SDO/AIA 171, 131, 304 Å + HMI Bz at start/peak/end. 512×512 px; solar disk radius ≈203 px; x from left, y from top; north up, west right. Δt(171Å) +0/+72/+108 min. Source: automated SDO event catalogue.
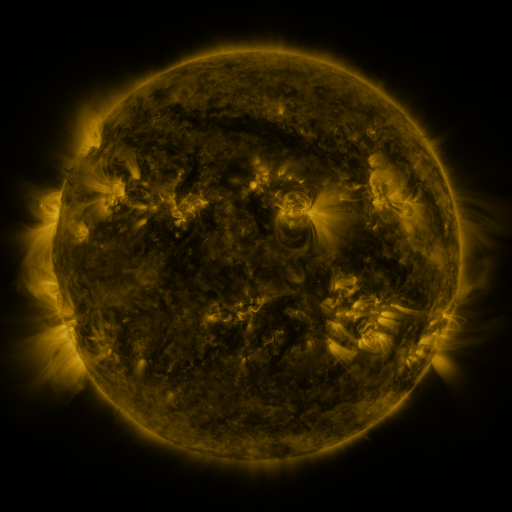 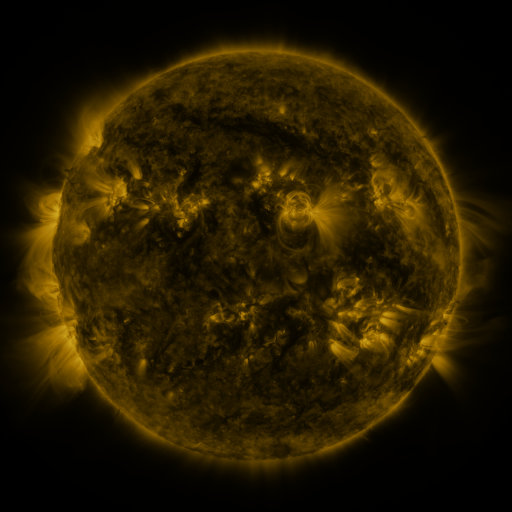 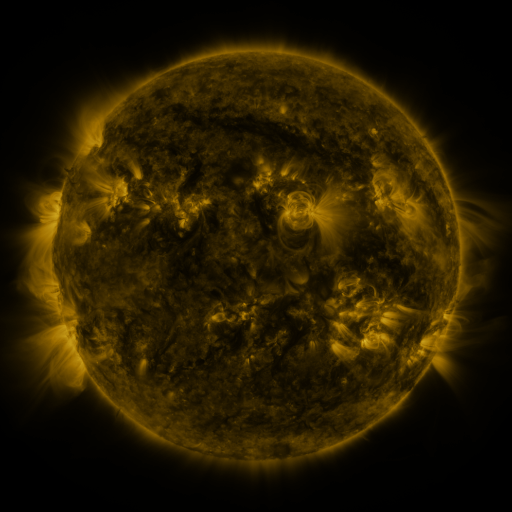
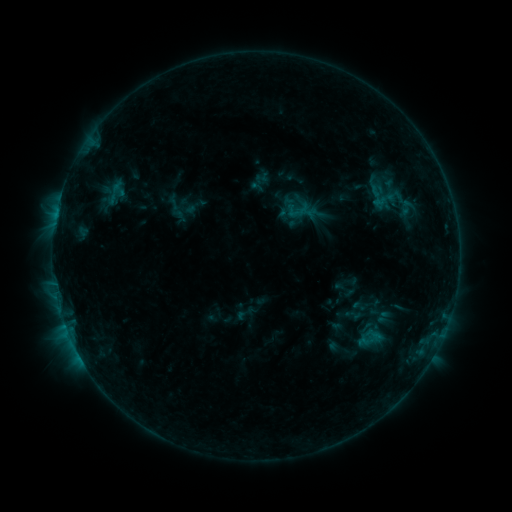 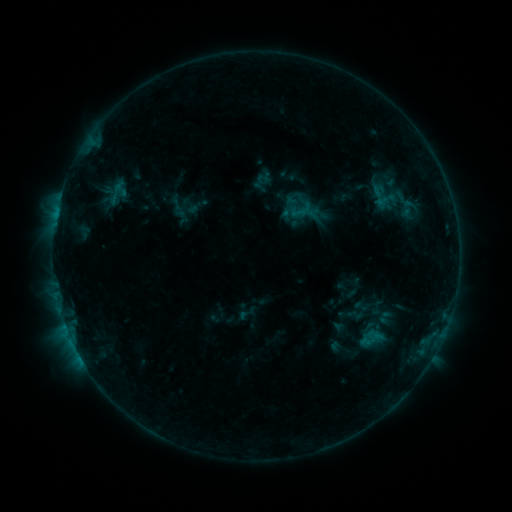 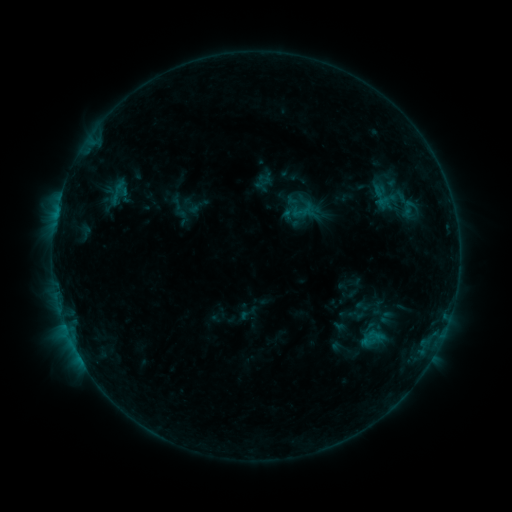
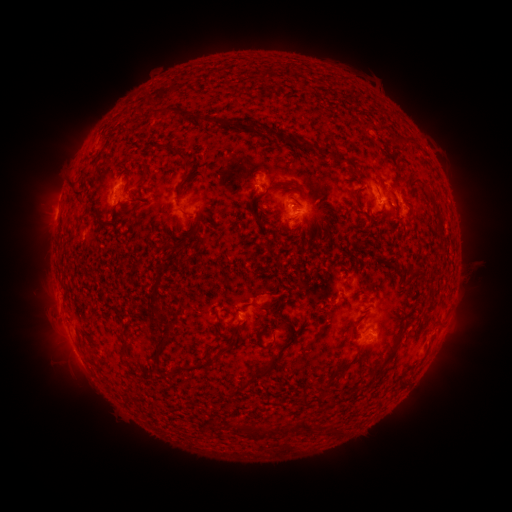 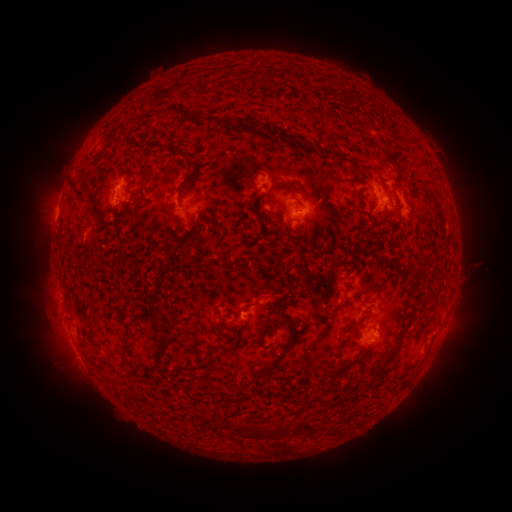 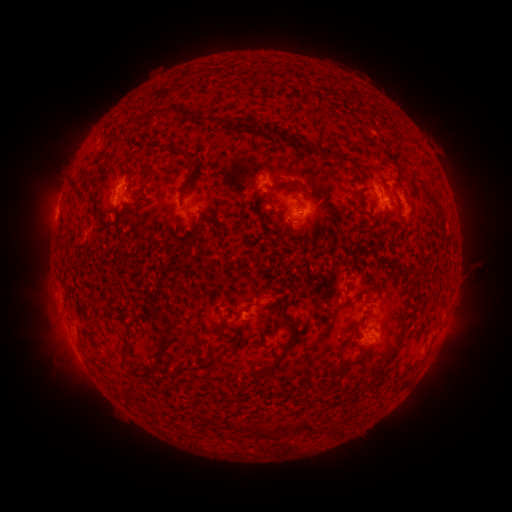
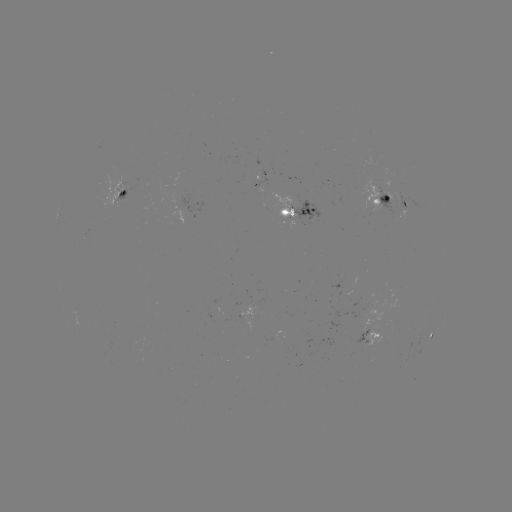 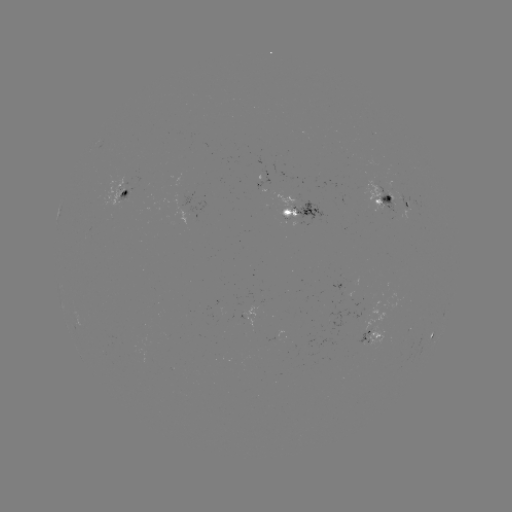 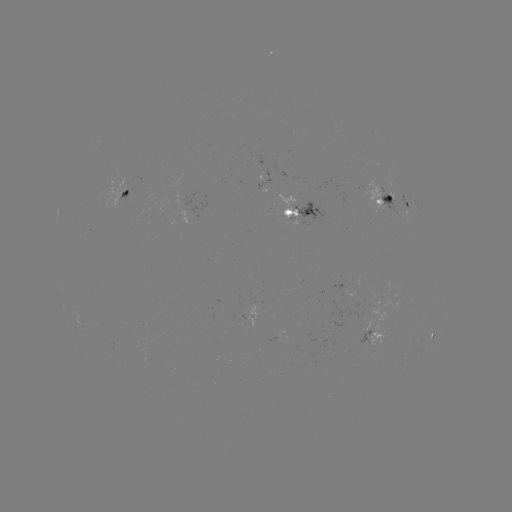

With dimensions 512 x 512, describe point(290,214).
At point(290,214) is emerging-flux region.